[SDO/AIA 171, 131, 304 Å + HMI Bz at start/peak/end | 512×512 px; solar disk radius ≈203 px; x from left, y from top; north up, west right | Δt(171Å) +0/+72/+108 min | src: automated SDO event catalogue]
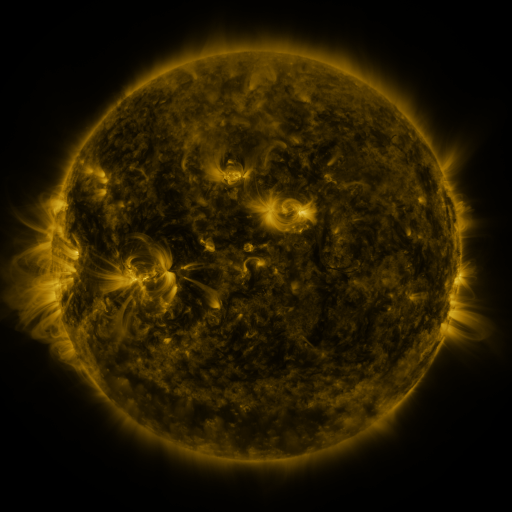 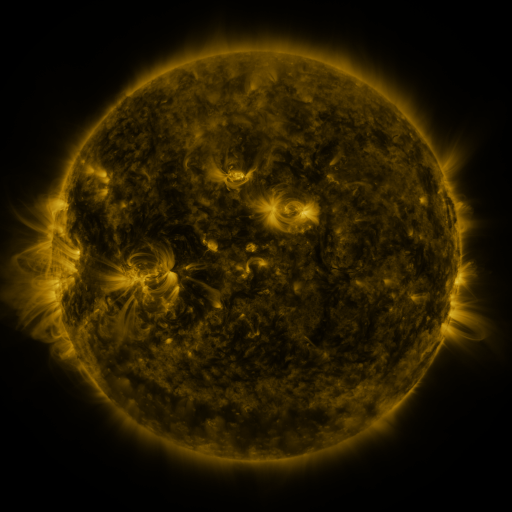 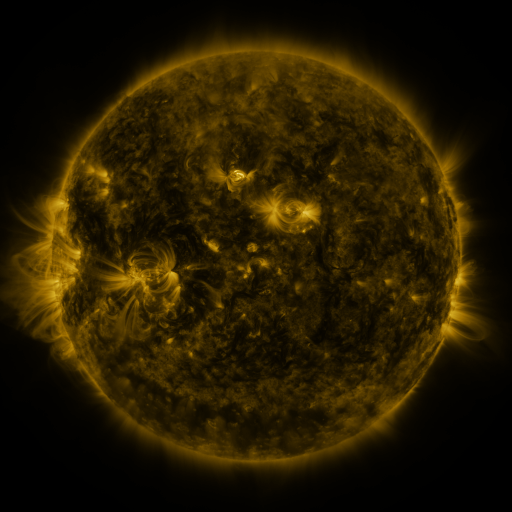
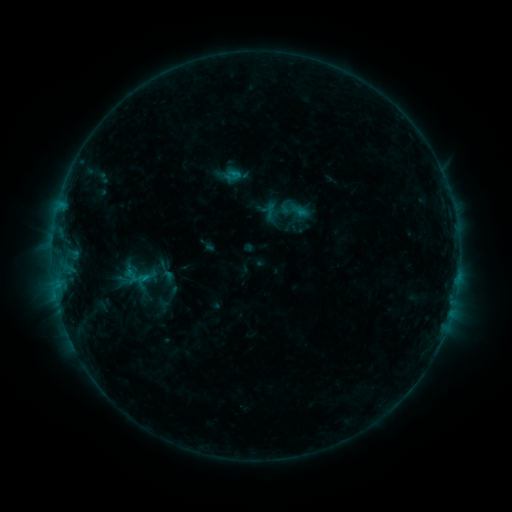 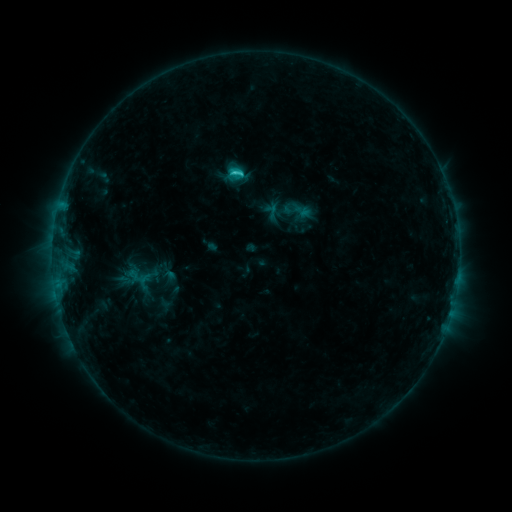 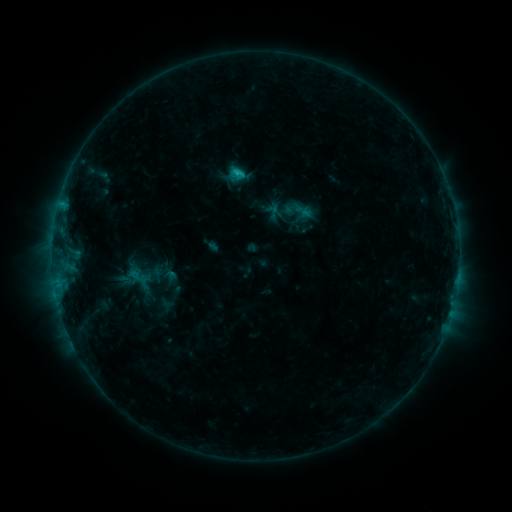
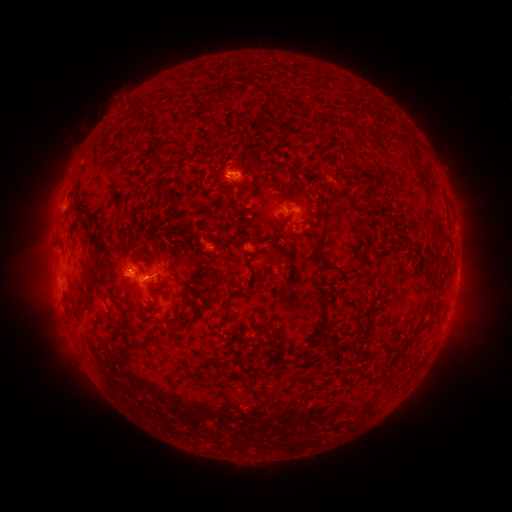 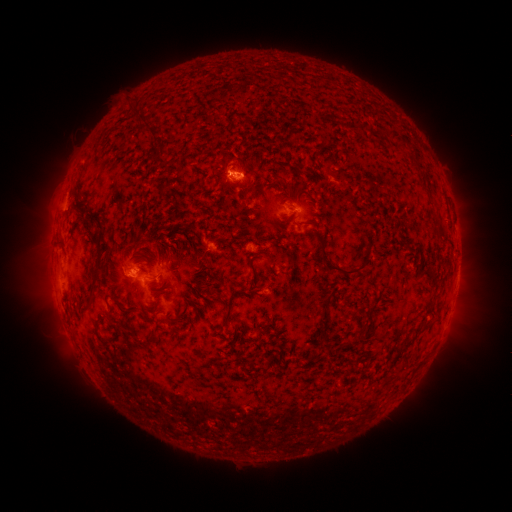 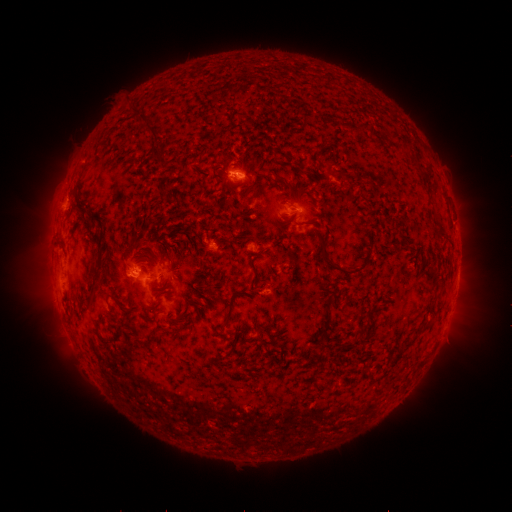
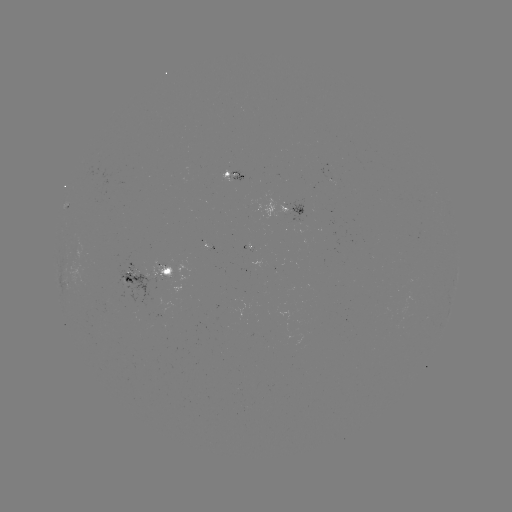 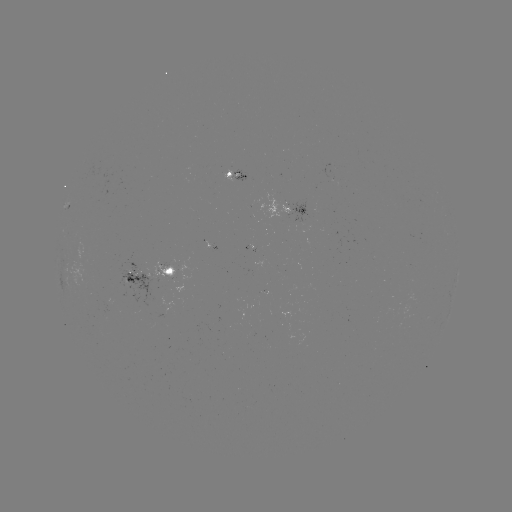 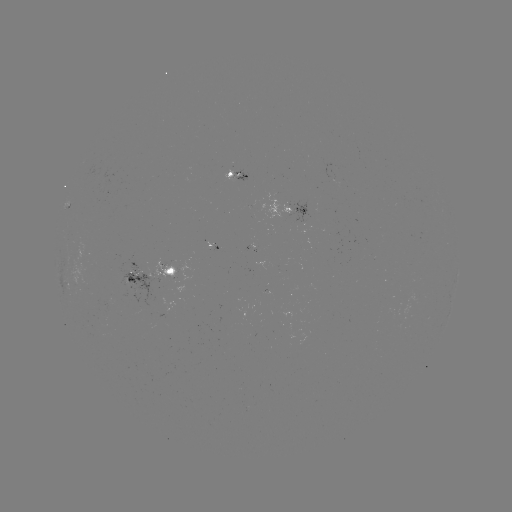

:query emerging-flux region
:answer [304, 220]